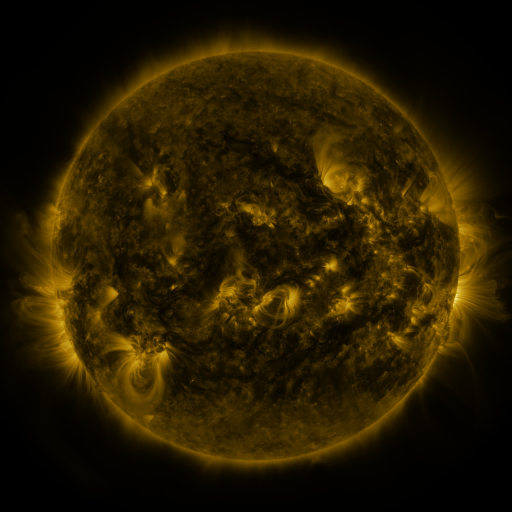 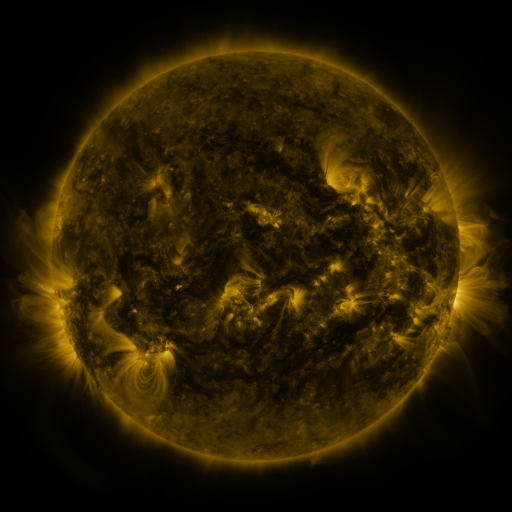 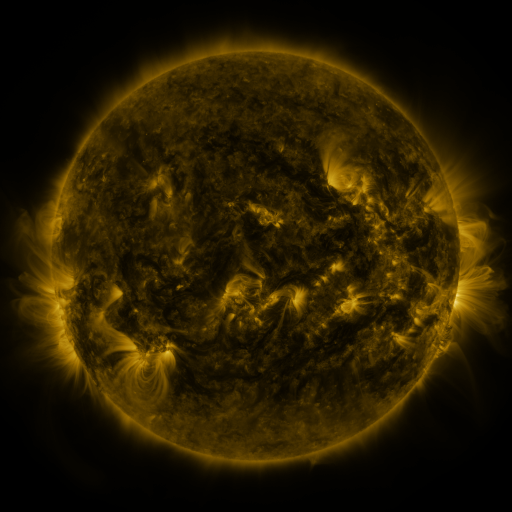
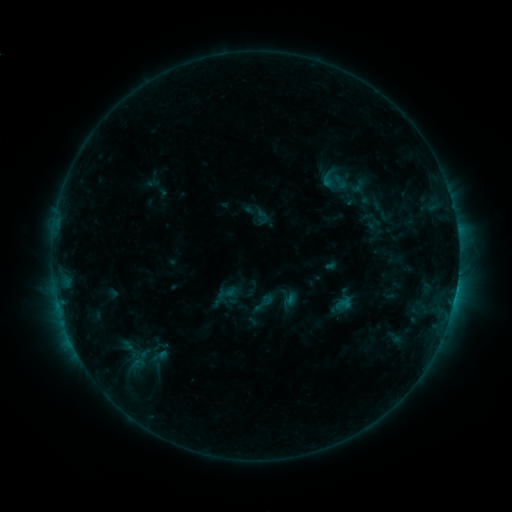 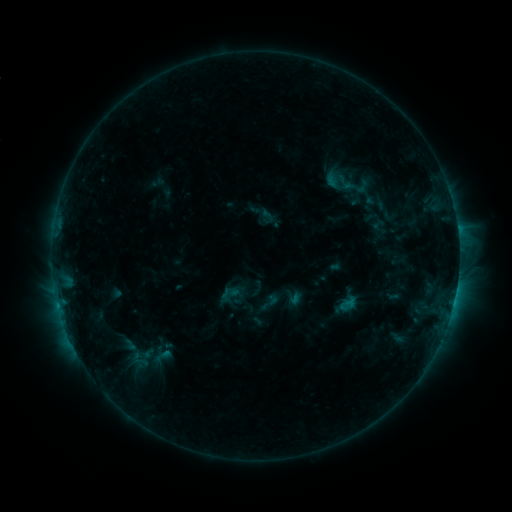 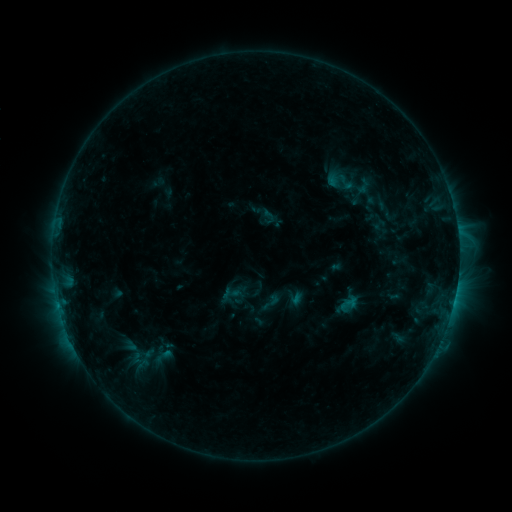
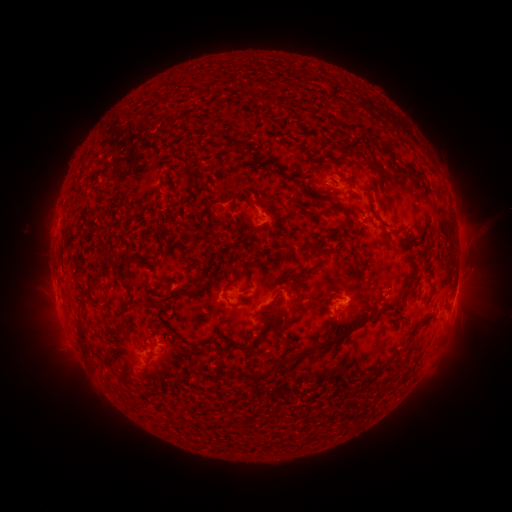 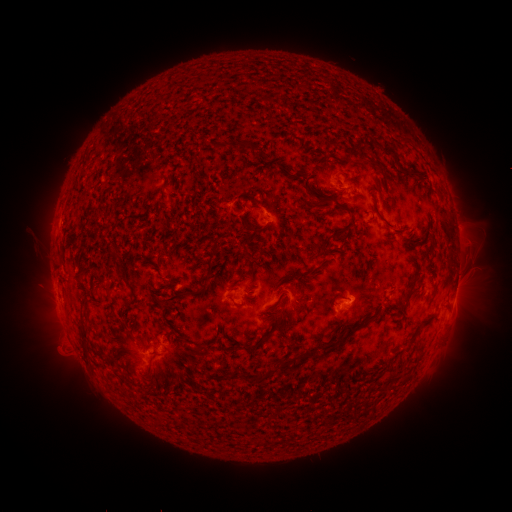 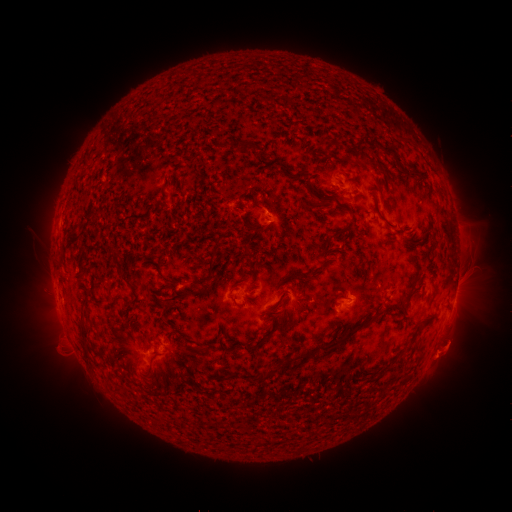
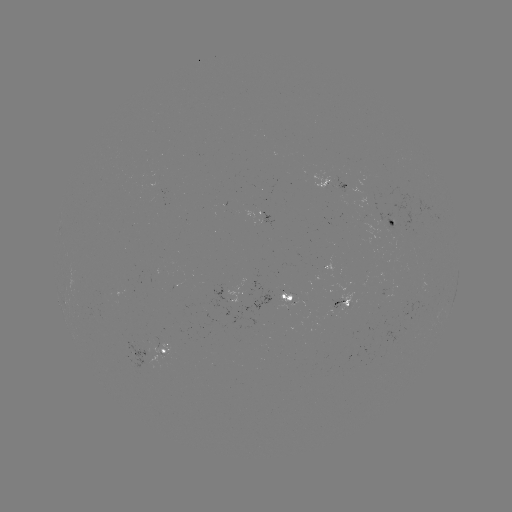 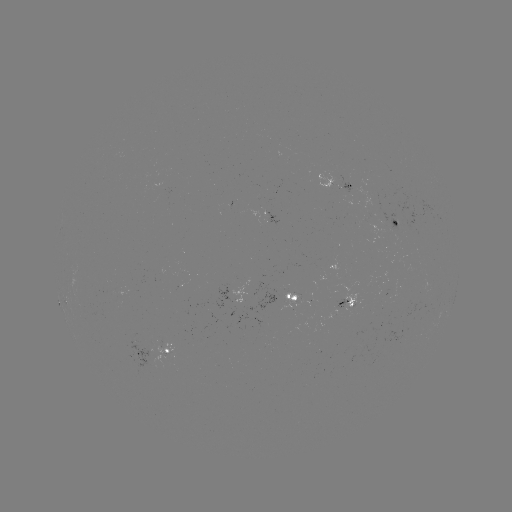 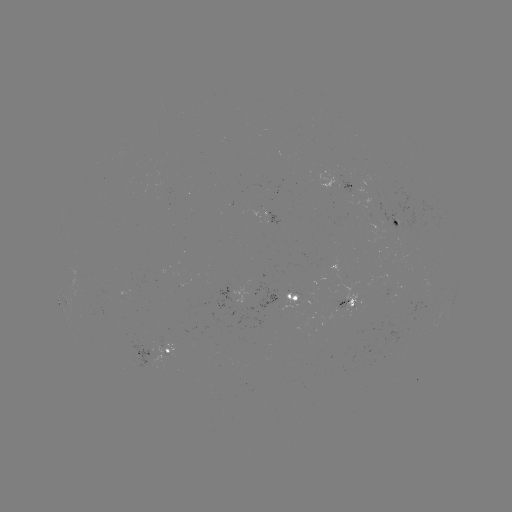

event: emerging-flux region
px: (348, 181)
